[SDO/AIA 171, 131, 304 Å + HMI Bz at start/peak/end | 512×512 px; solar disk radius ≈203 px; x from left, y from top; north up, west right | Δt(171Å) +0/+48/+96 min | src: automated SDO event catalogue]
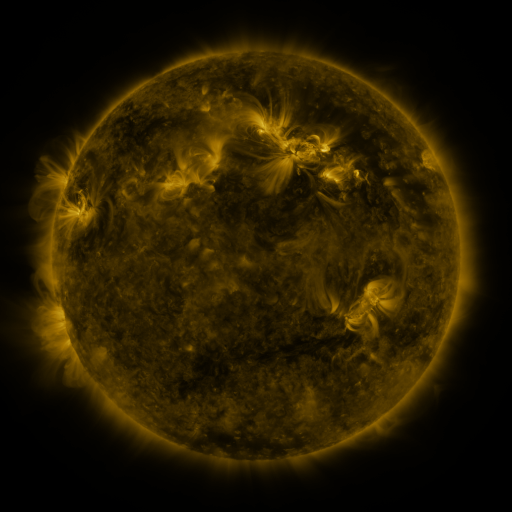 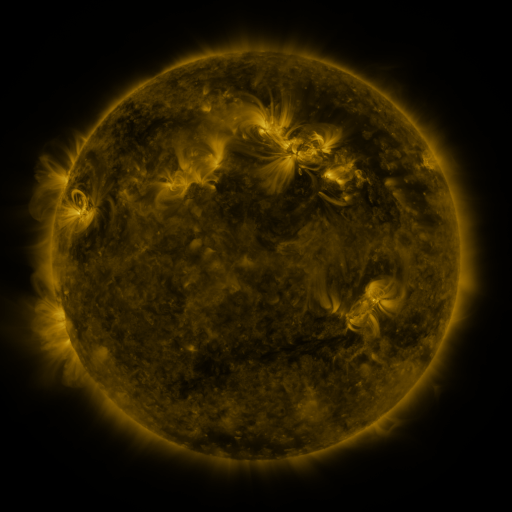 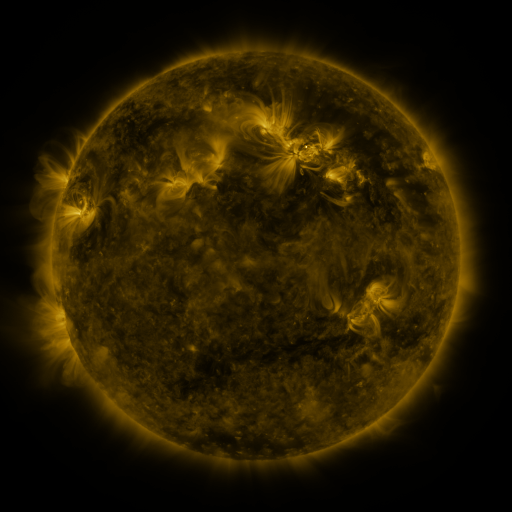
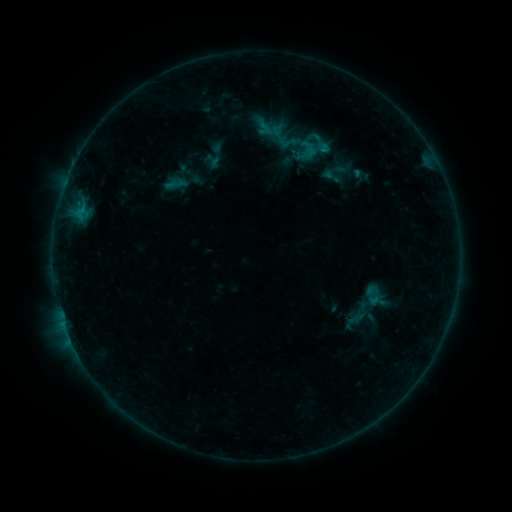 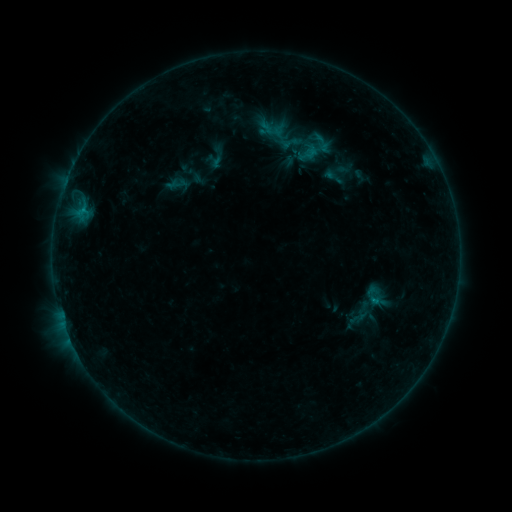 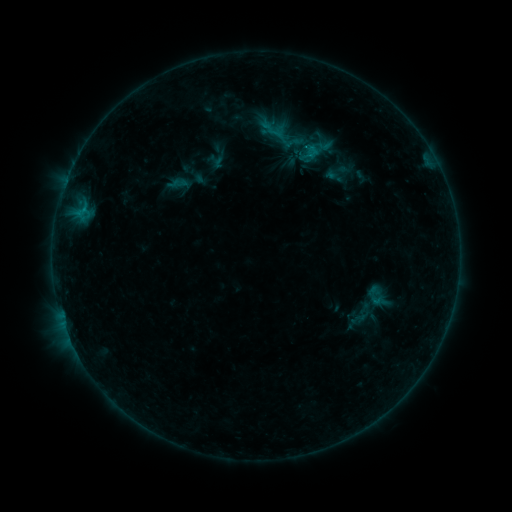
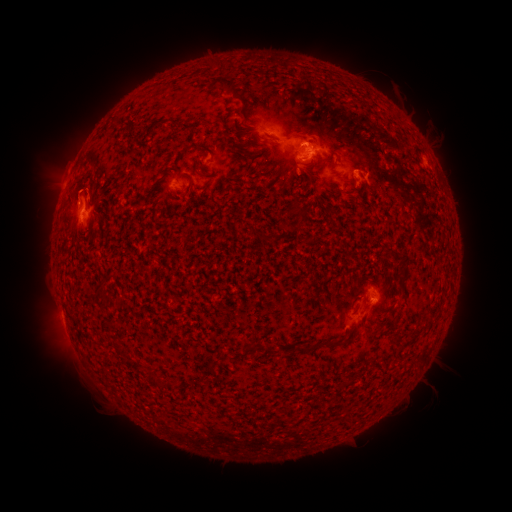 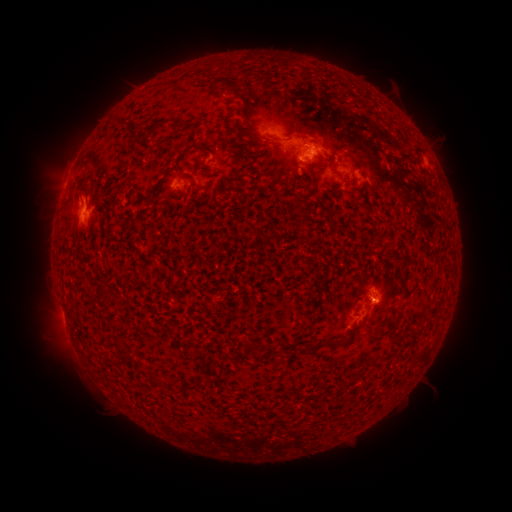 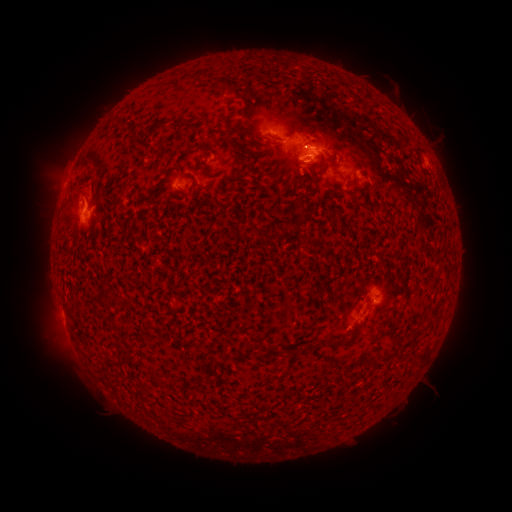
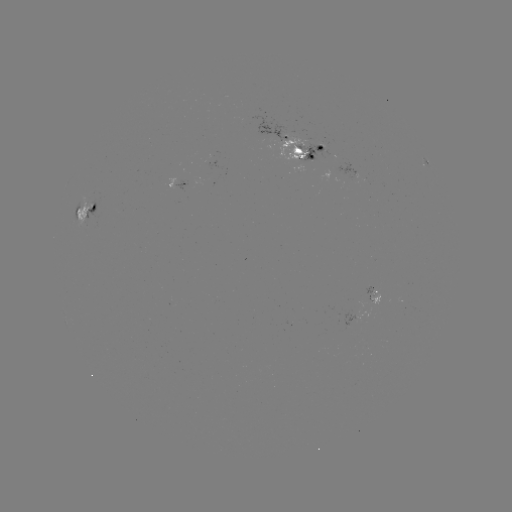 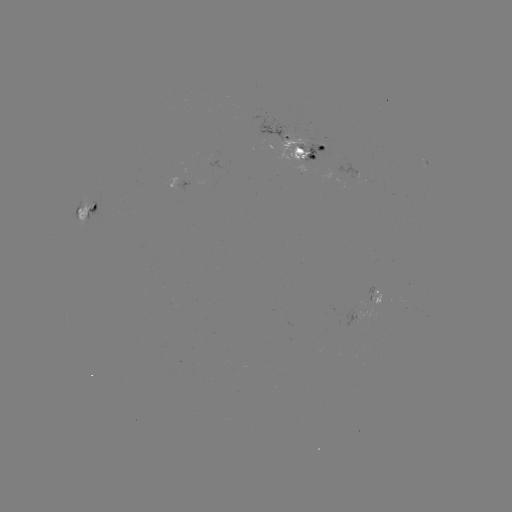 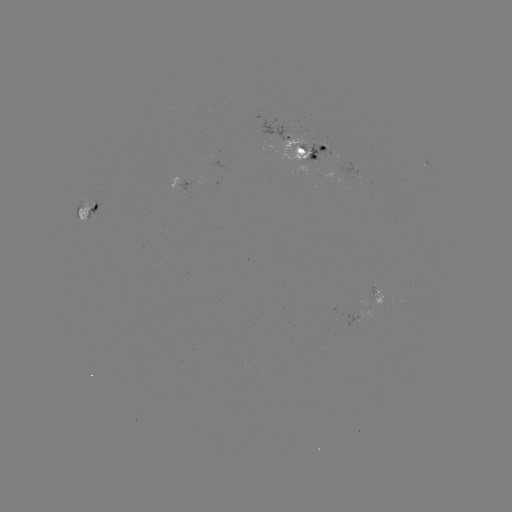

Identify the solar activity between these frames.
emerging-flux region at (171, 185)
